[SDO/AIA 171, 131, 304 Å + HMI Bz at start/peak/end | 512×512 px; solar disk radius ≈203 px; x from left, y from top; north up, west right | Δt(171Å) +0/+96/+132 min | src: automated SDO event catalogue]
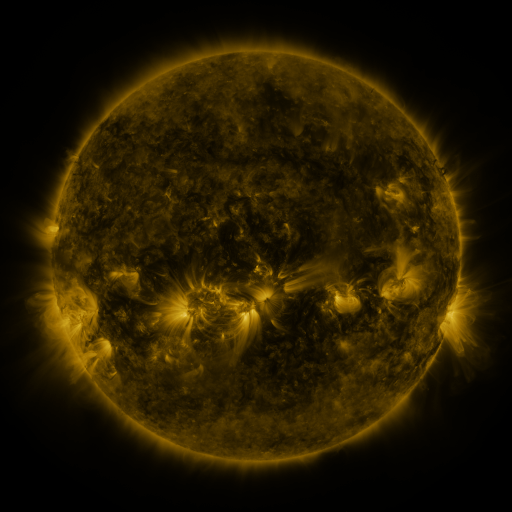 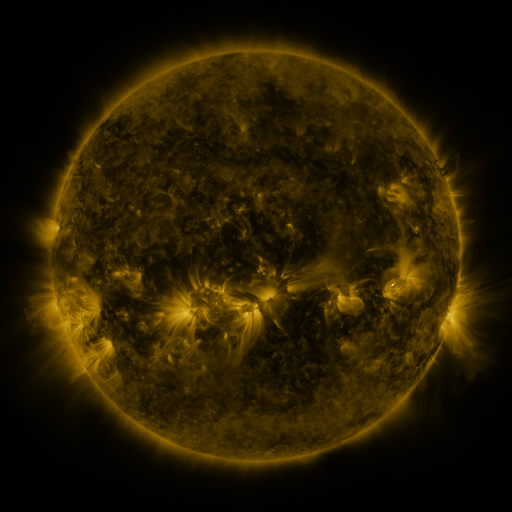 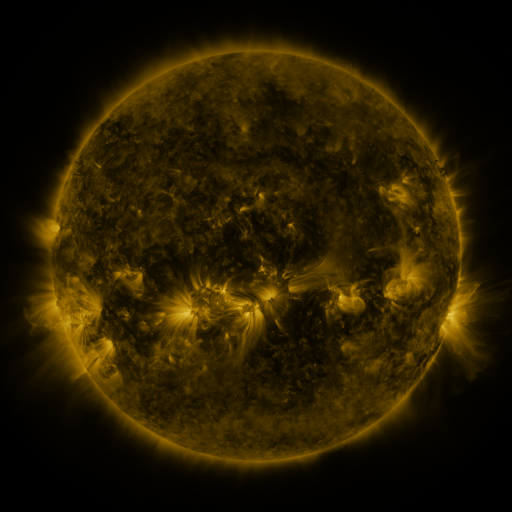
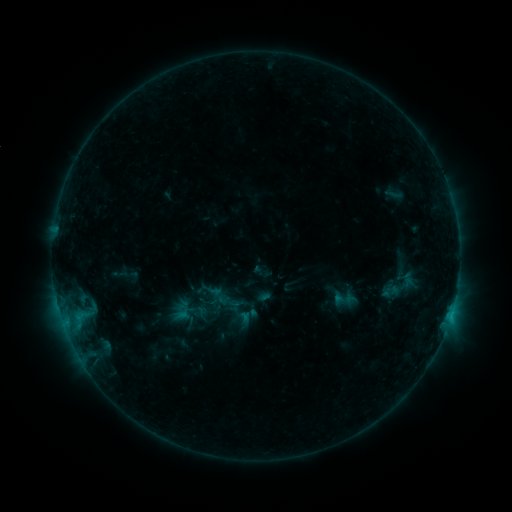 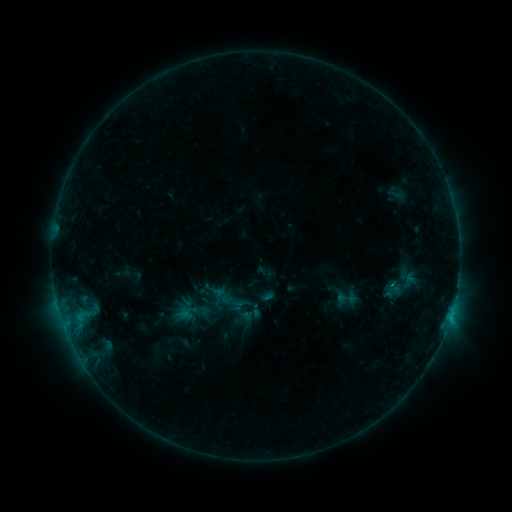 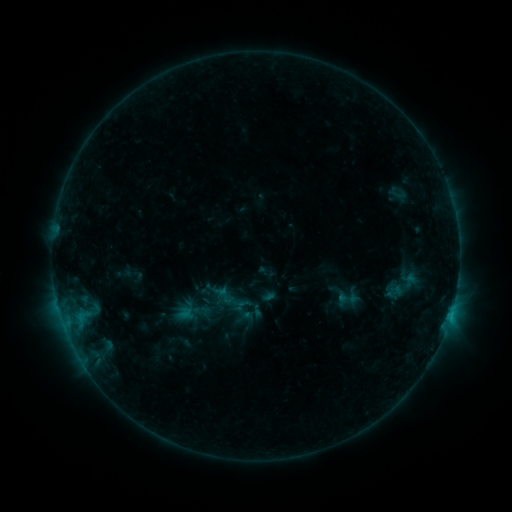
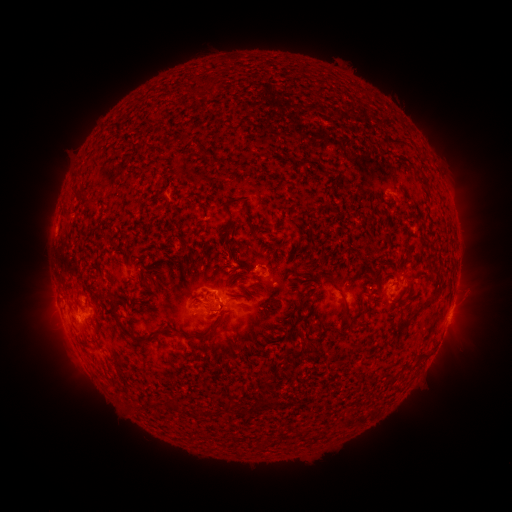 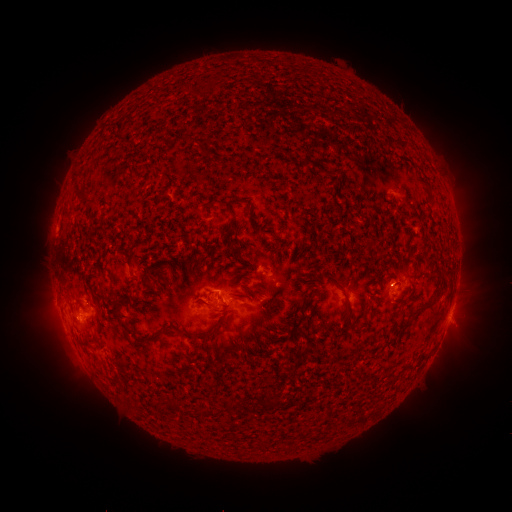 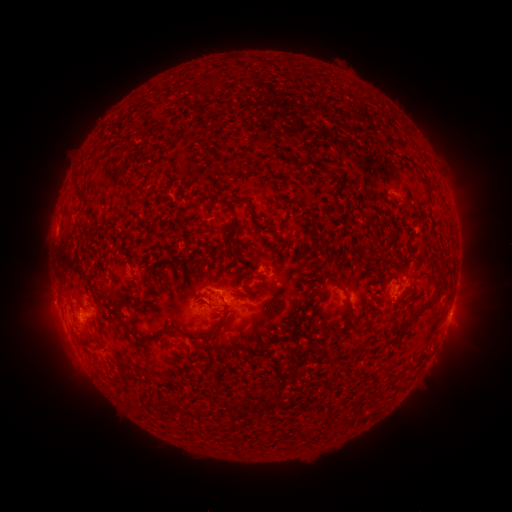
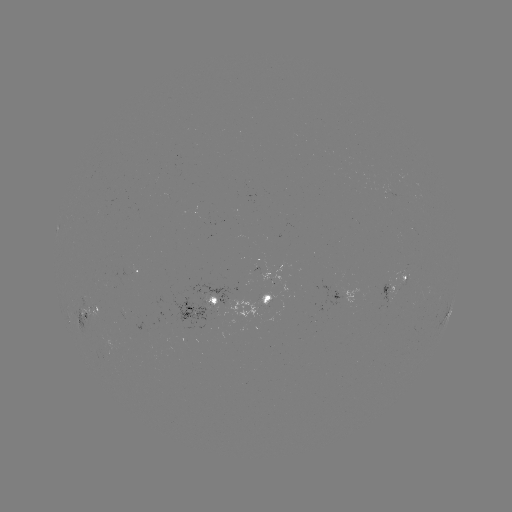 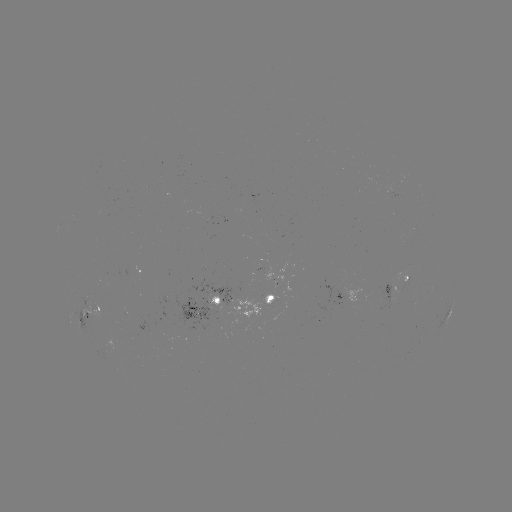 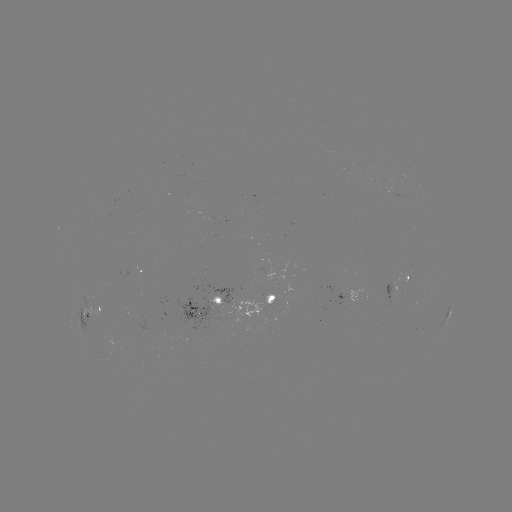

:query emerging-flux region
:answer (93, 310)